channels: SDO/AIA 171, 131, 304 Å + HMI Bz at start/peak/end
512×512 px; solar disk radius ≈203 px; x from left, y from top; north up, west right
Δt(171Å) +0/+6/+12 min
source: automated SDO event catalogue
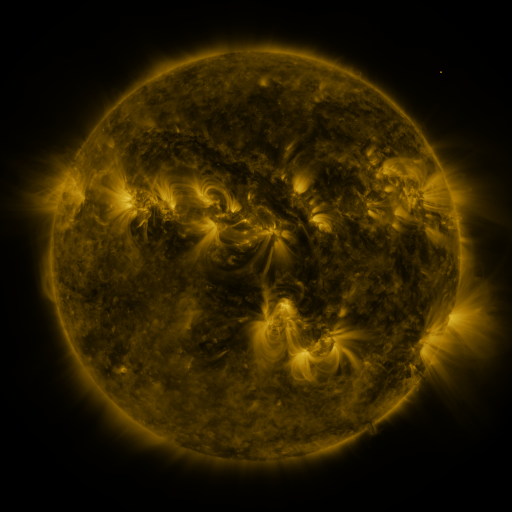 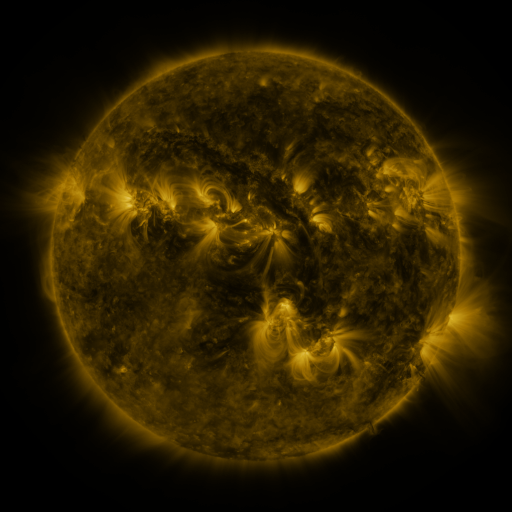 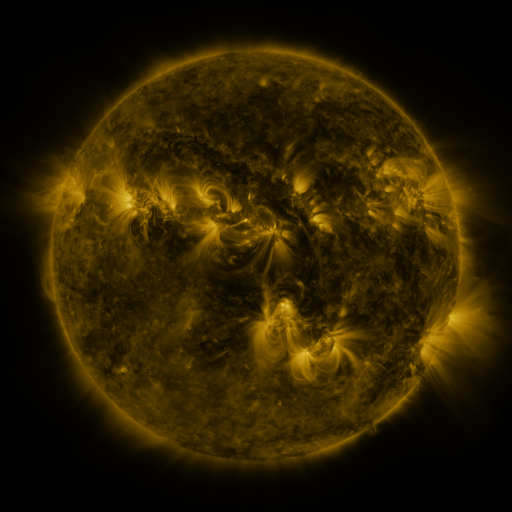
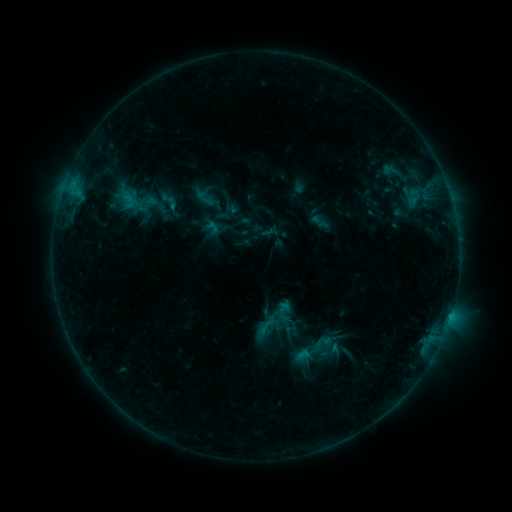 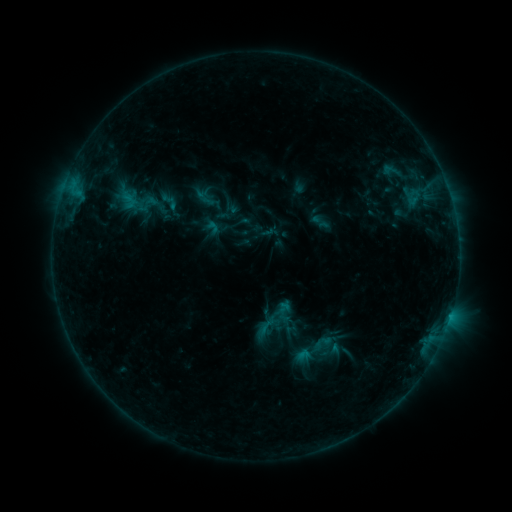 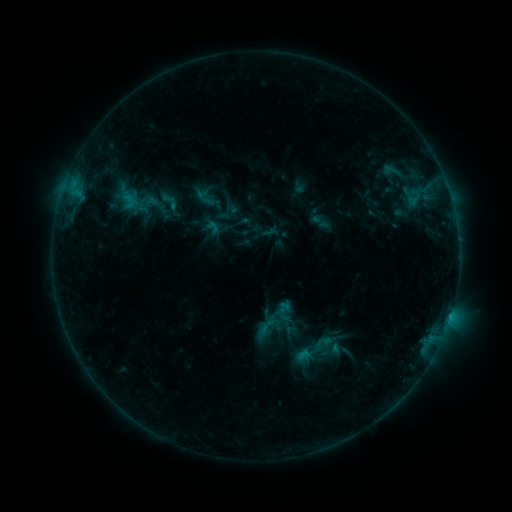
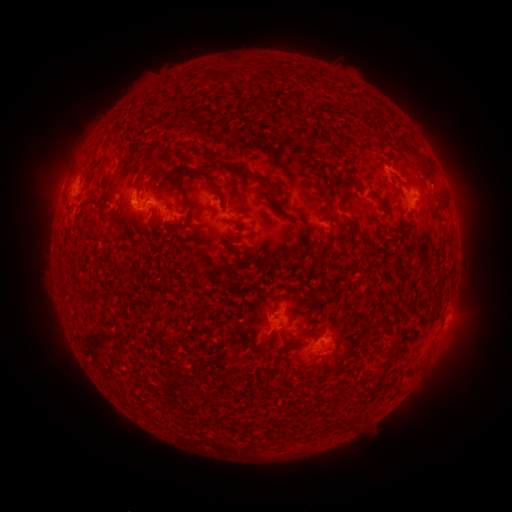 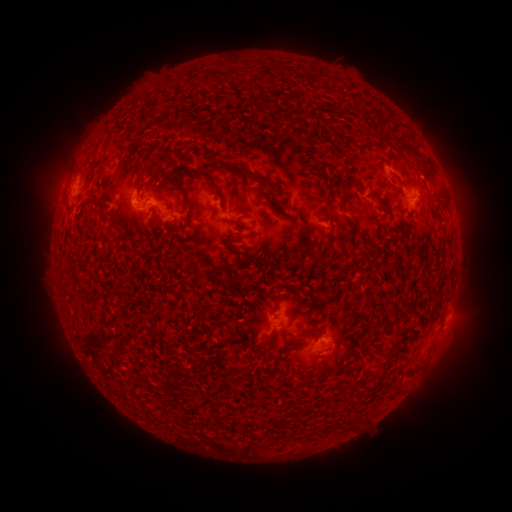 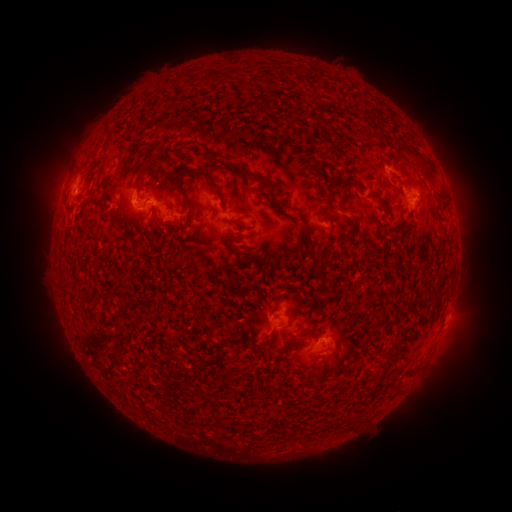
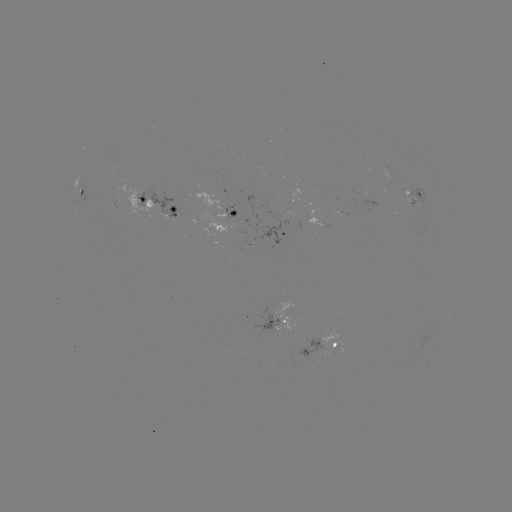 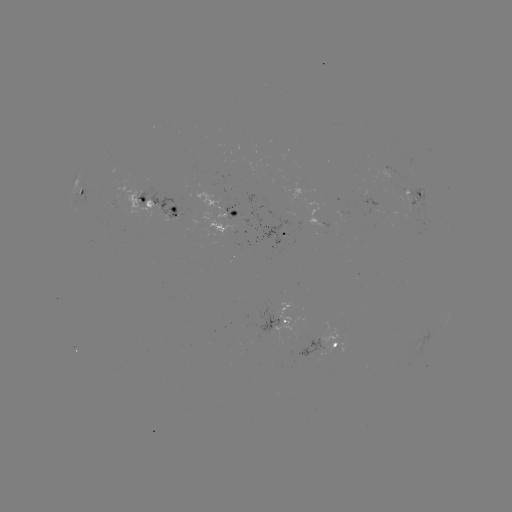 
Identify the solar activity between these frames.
nothing was catalogued: no classed flare, no EUV trigger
